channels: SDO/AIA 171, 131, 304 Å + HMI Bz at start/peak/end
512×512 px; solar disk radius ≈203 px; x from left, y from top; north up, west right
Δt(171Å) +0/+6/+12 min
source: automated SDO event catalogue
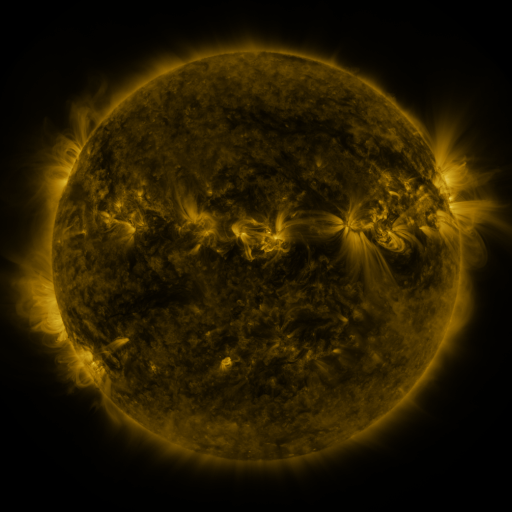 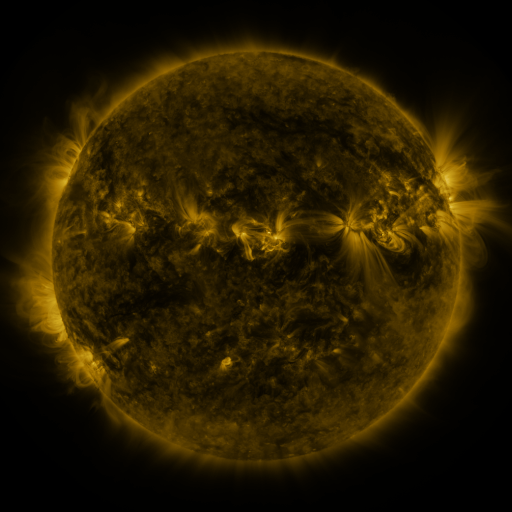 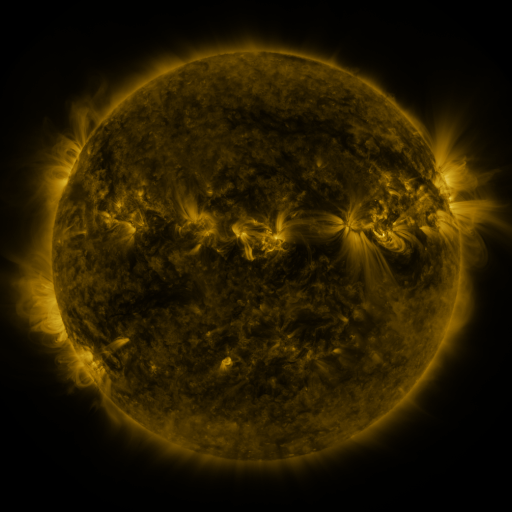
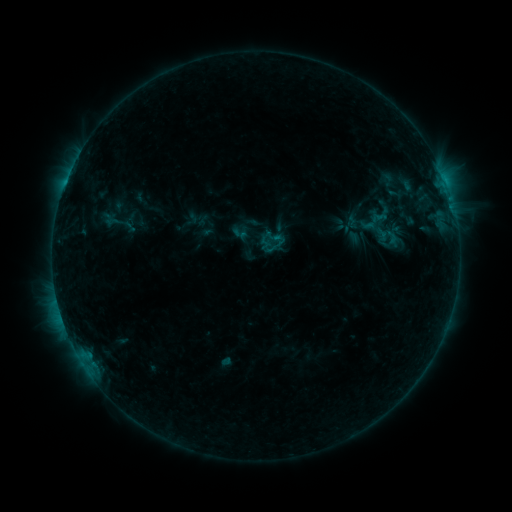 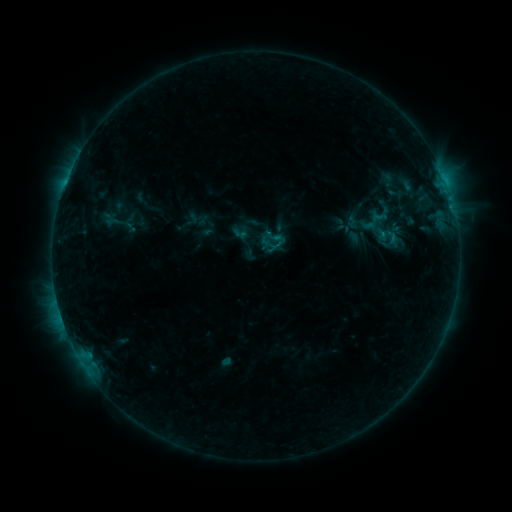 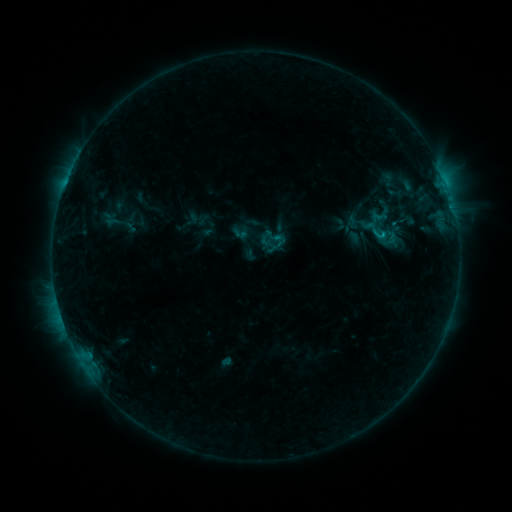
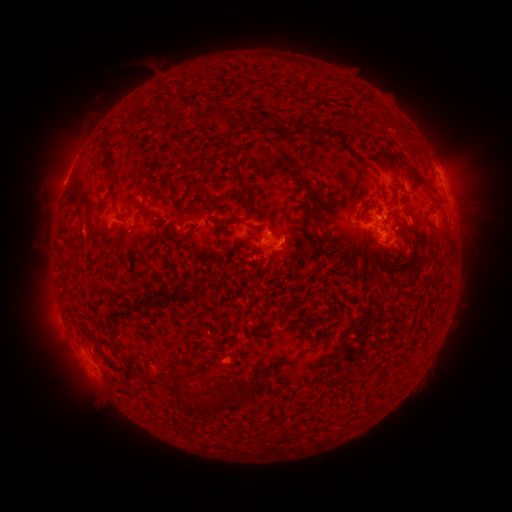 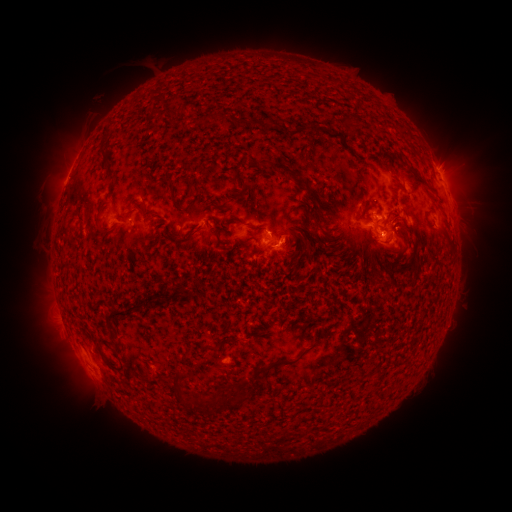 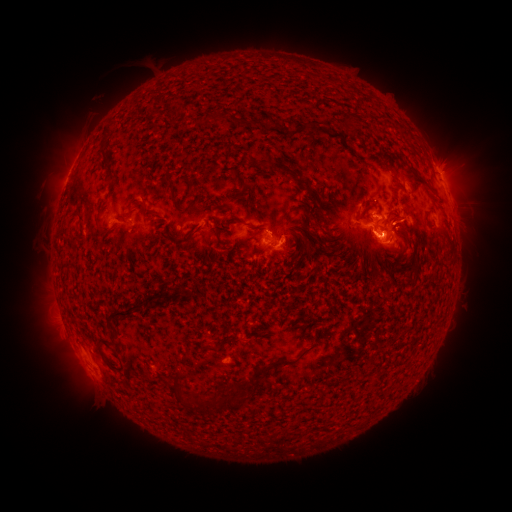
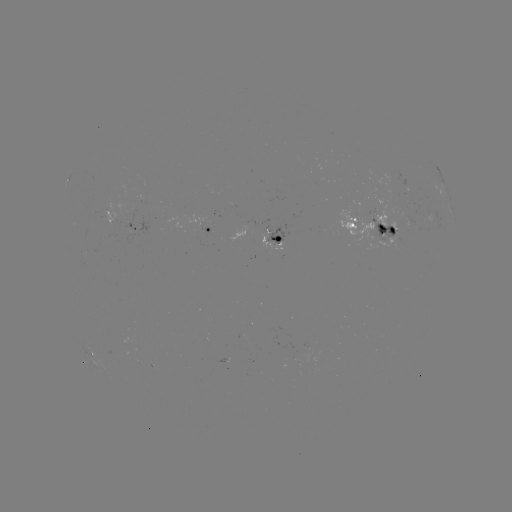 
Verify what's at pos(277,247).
C1.0 flare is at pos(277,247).